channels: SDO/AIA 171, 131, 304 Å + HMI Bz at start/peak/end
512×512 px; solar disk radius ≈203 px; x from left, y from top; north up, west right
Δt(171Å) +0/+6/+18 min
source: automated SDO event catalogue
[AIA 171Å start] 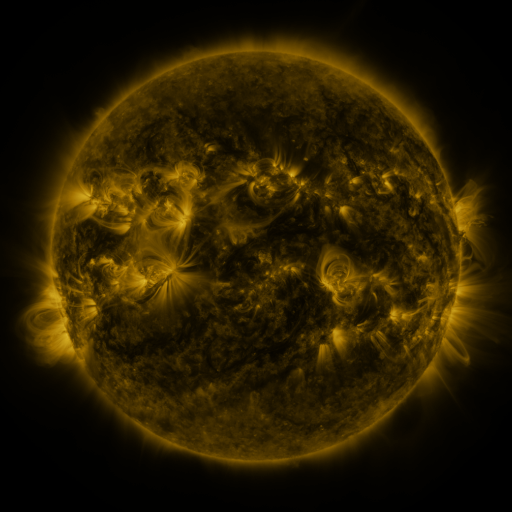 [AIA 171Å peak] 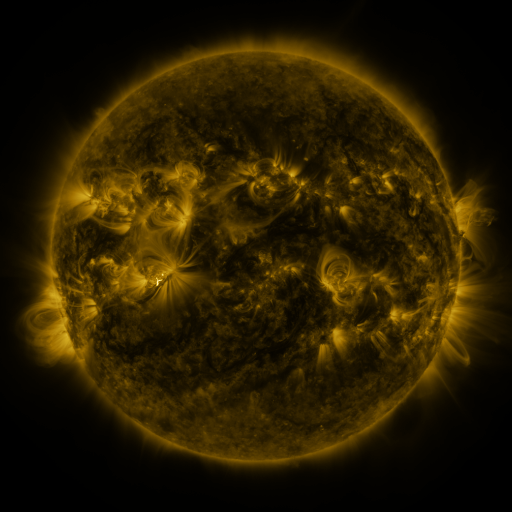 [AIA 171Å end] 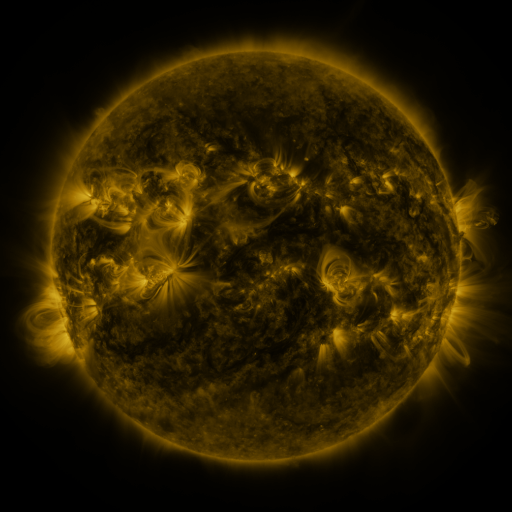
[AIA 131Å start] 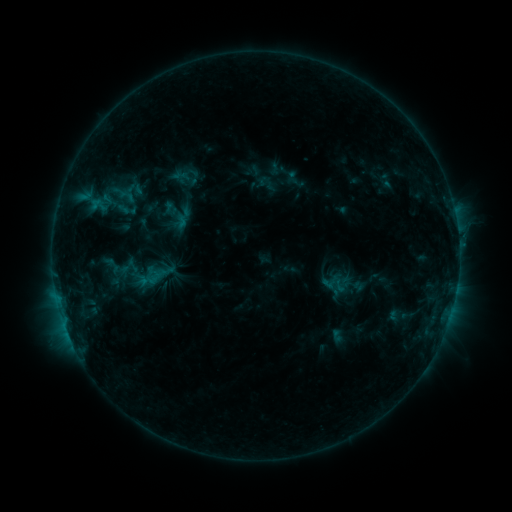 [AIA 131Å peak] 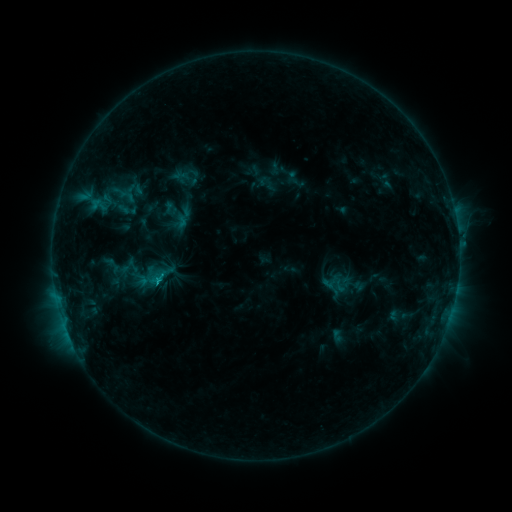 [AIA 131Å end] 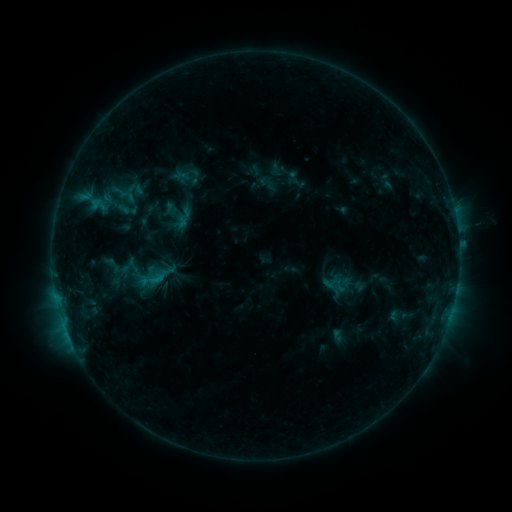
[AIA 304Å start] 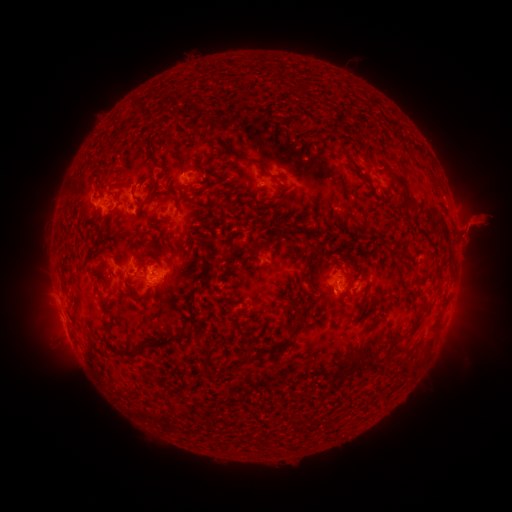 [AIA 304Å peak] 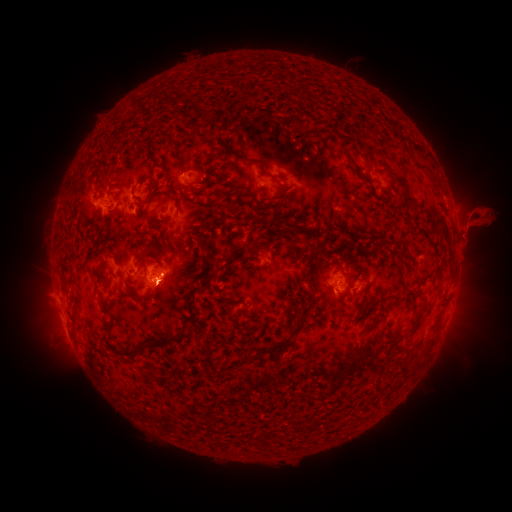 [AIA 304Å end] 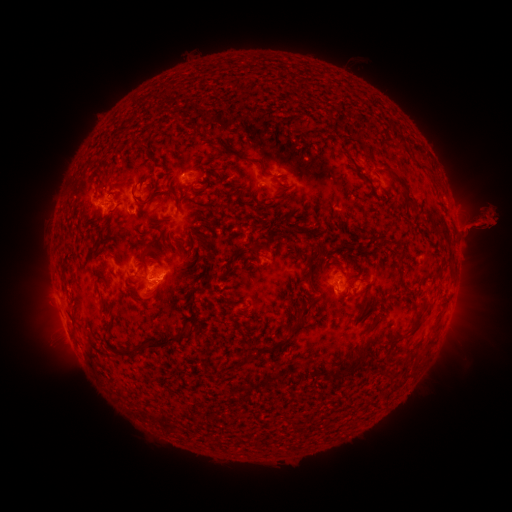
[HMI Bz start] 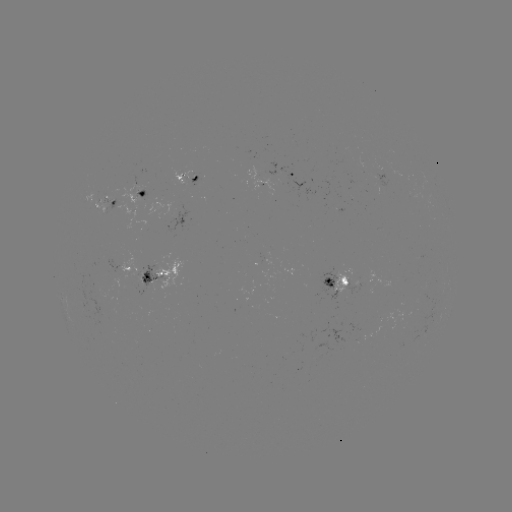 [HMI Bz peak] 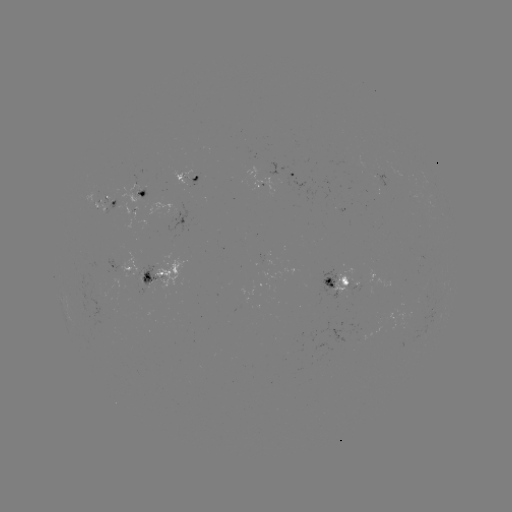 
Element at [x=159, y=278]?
C1.2 flare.